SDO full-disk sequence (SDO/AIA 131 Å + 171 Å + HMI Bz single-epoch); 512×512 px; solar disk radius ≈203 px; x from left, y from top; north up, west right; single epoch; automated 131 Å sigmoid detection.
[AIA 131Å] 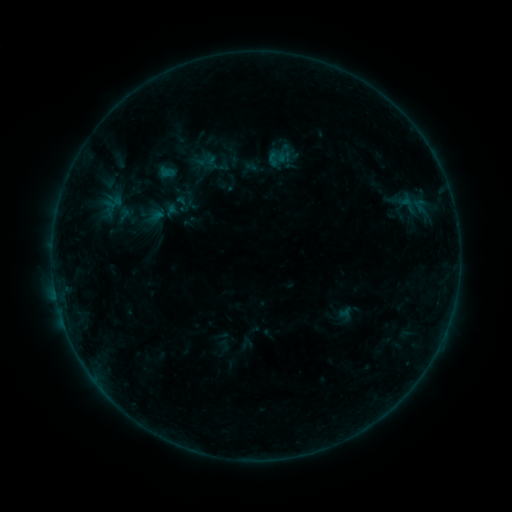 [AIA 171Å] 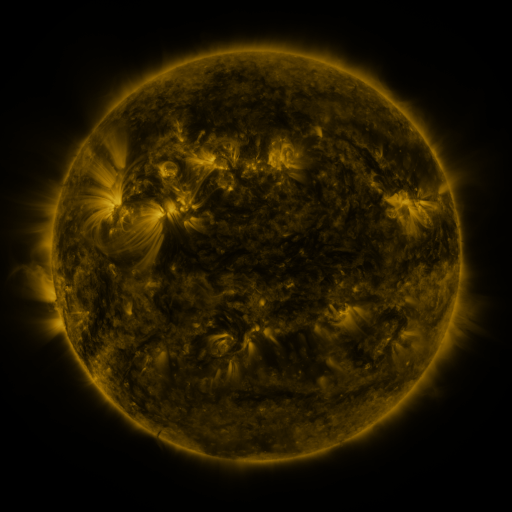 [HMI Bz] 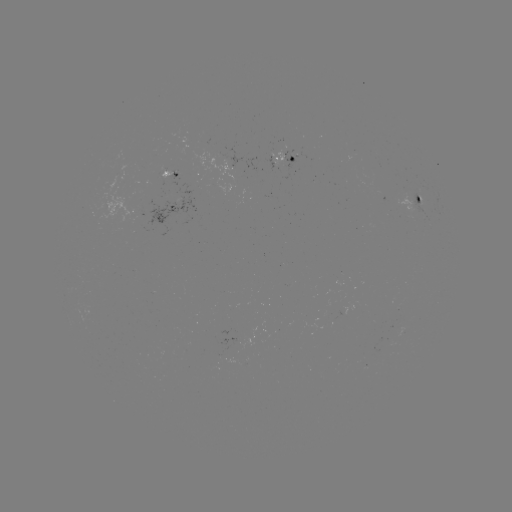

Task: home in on sigmoid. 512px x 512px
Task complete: [207, 161].